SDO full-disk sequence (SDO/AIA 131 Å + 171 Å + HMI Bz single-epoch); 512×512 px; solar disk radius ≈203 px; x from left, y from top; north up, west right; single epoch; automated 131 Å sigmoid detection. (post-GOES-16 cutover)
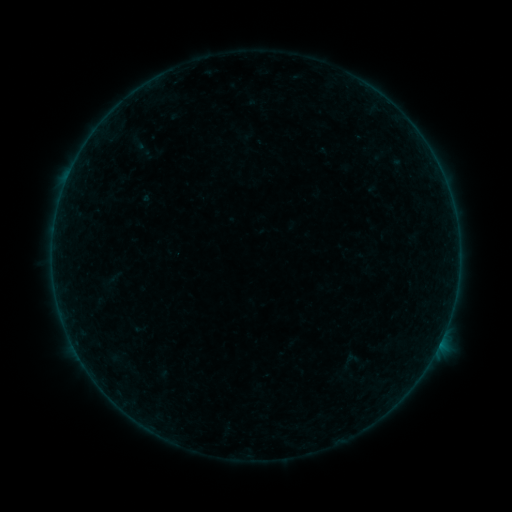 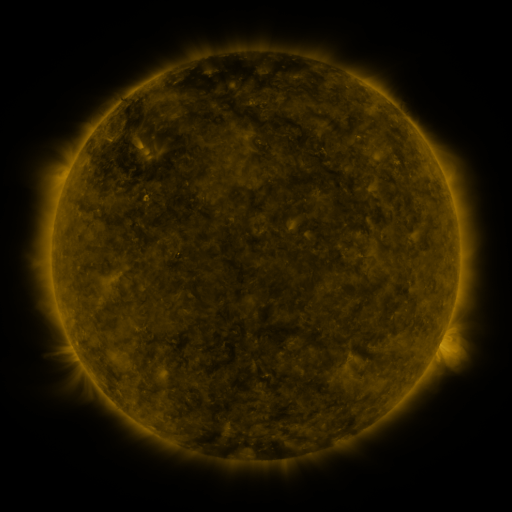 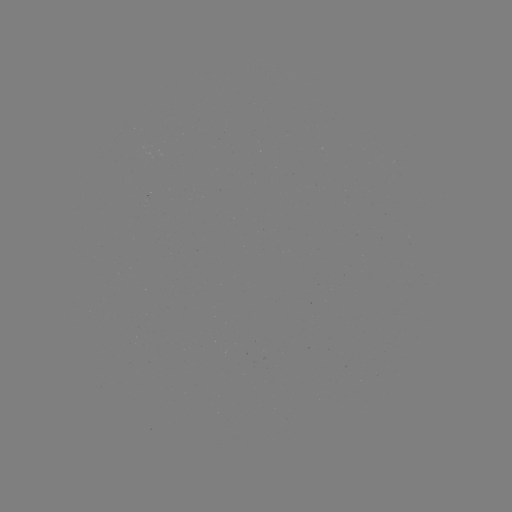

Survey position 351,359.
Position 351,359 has sigmoid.